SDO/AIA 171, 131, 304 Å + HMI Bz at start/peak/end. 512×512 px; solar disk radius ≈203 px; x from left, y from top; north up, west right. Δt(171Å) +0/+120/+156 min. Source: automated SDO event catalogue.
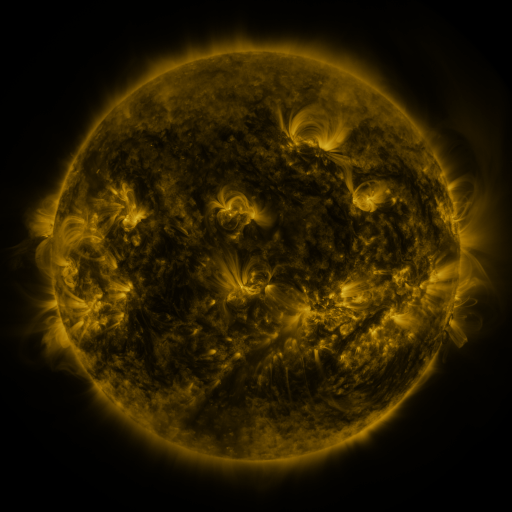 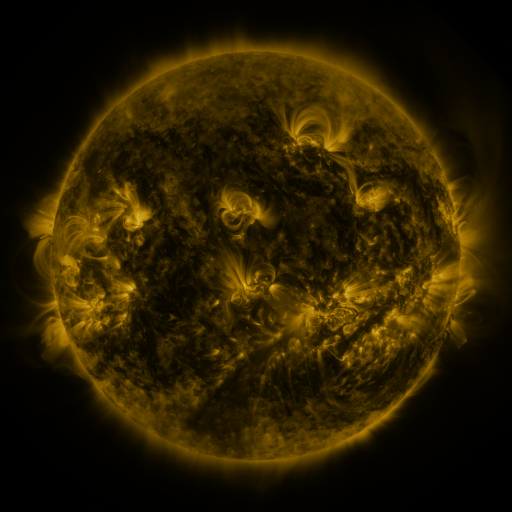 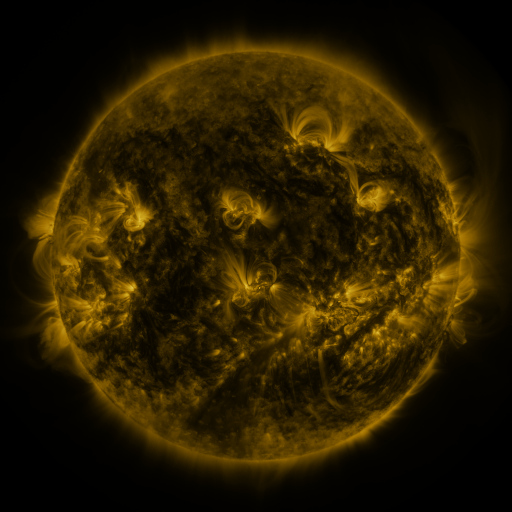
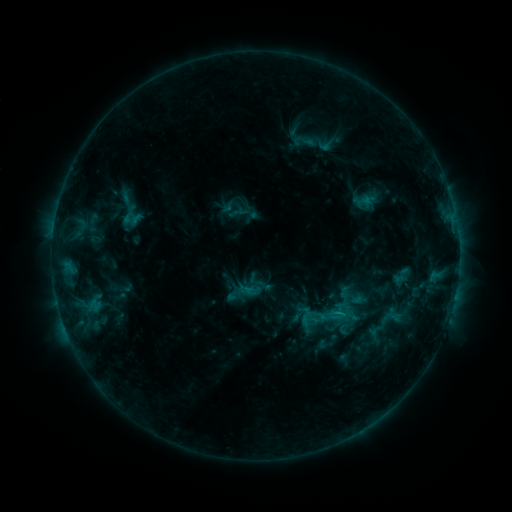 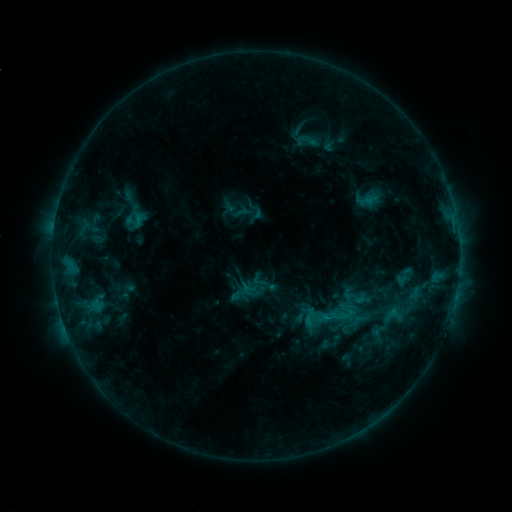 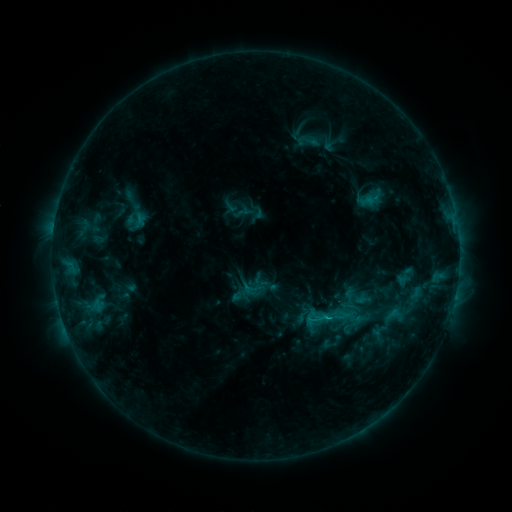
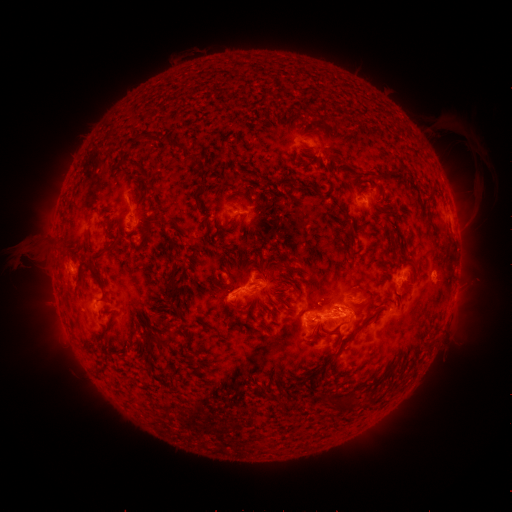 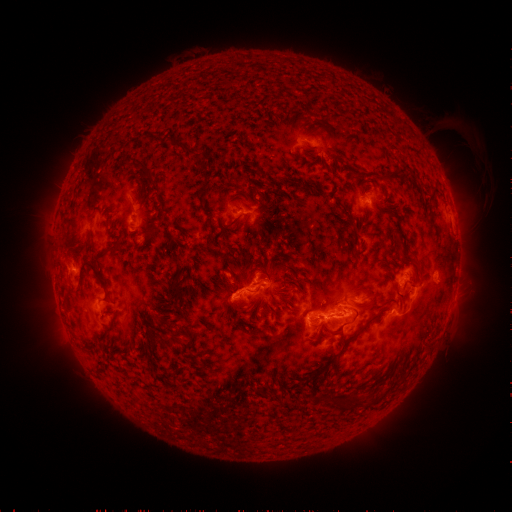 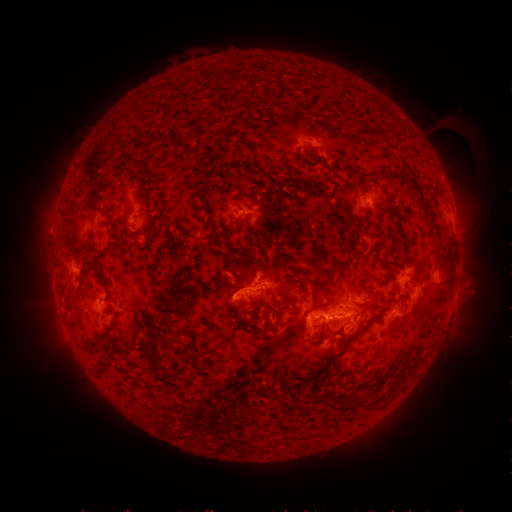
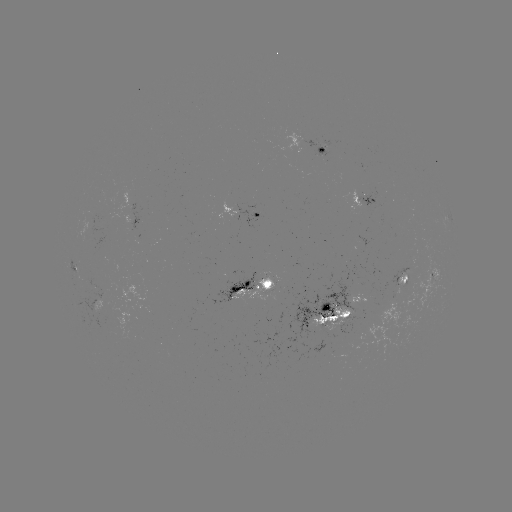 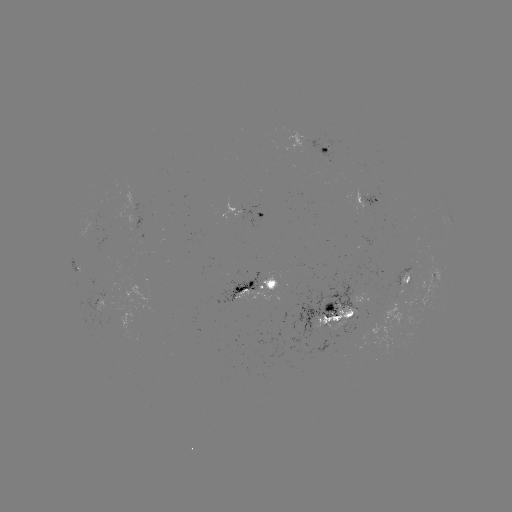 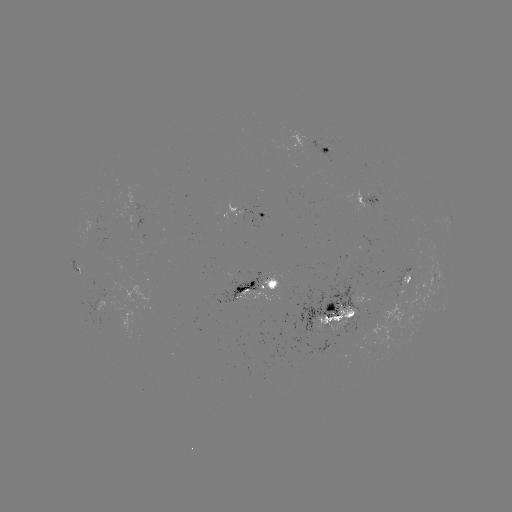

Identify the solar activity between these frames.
emerging-flux region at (91, 224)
